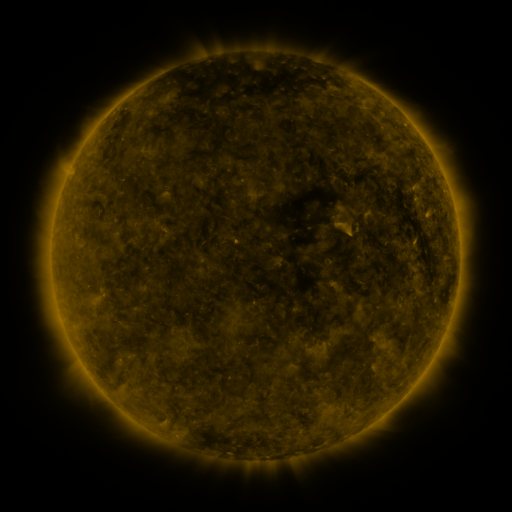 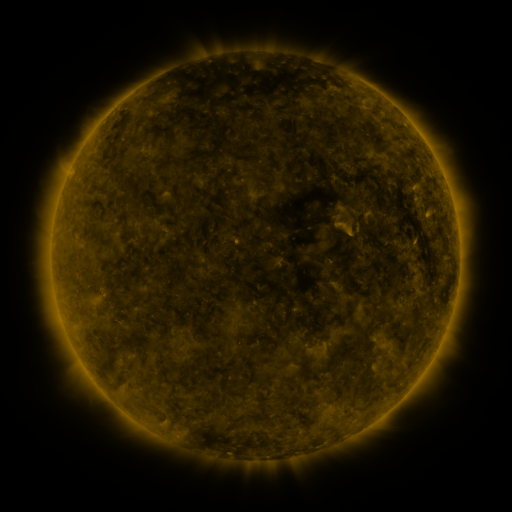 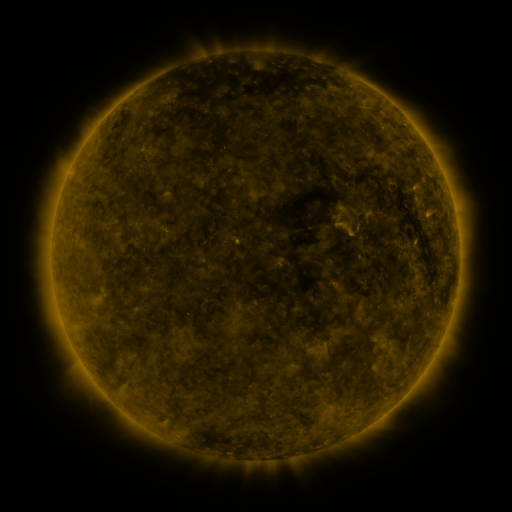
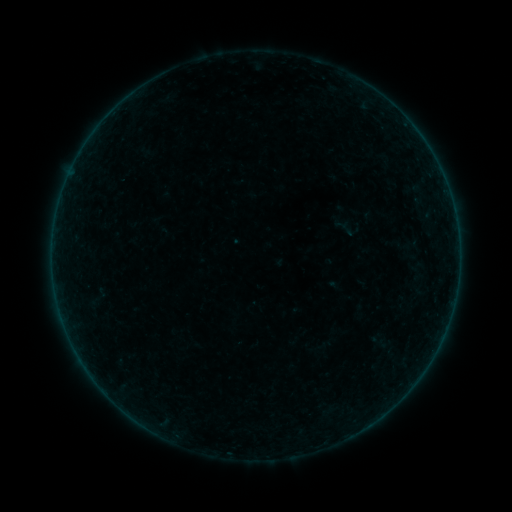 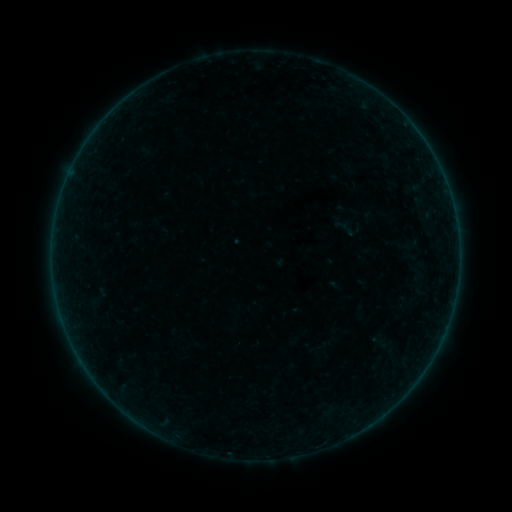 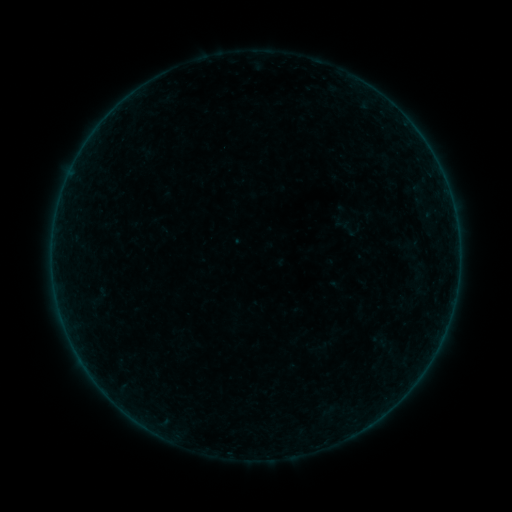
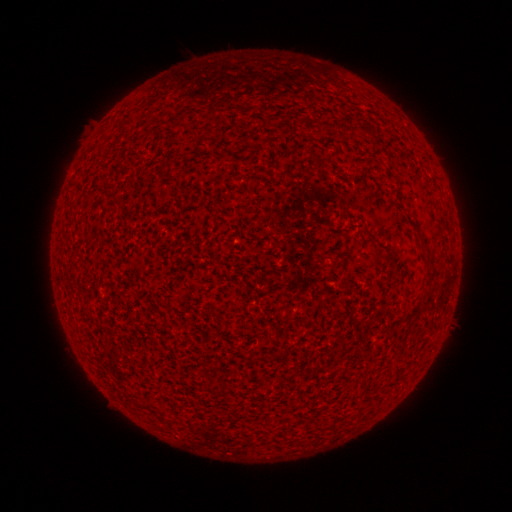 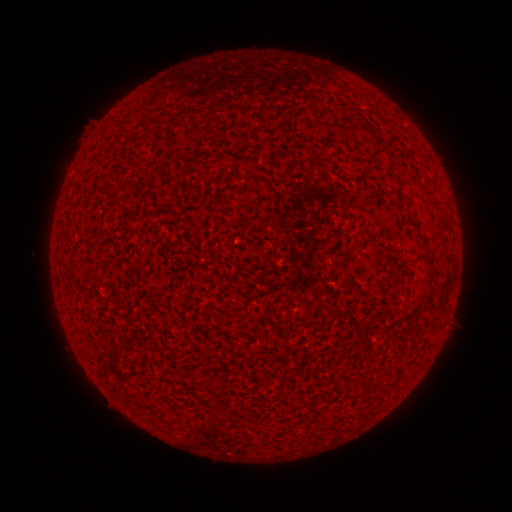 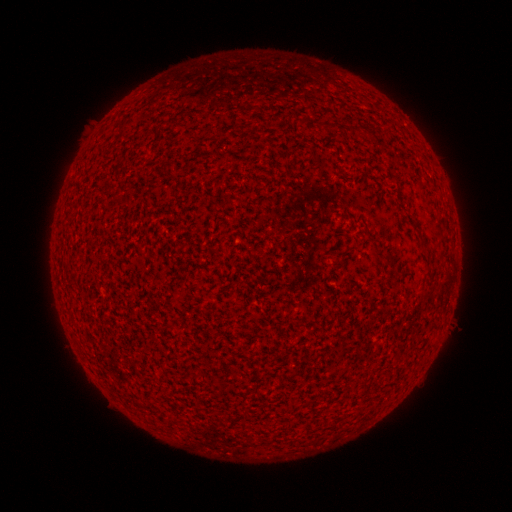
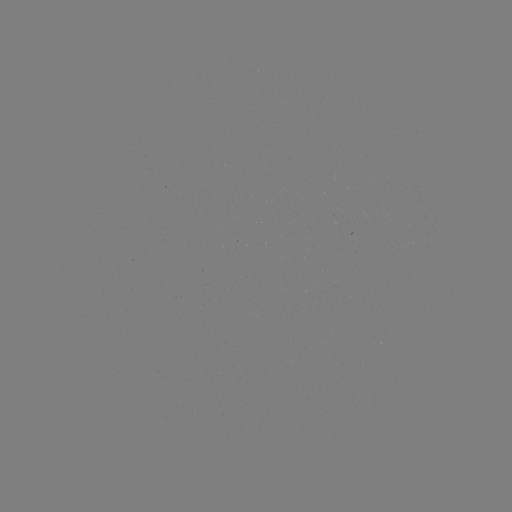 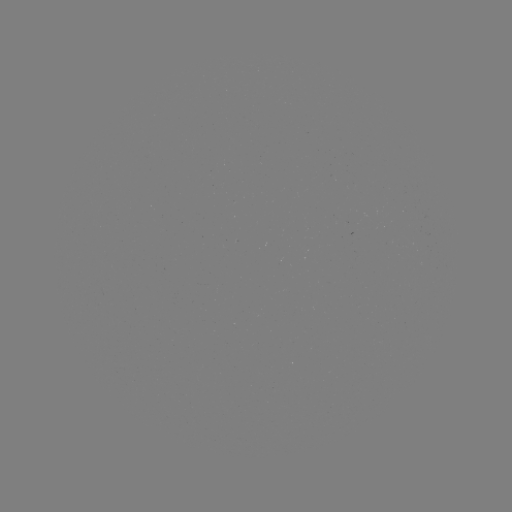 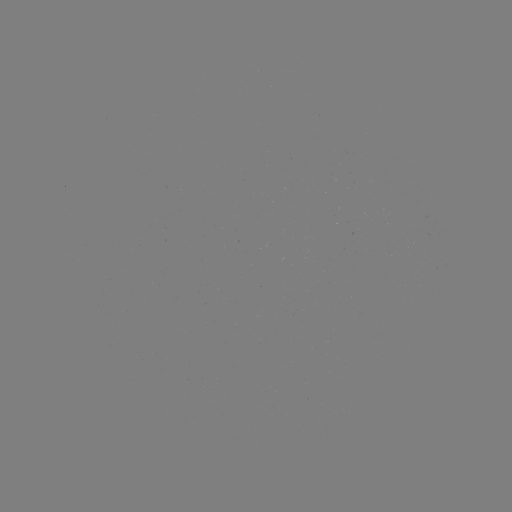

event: flare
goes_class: A7.3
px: (61, 316)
